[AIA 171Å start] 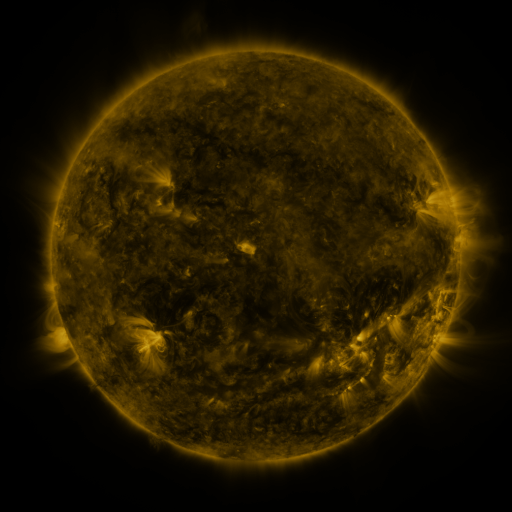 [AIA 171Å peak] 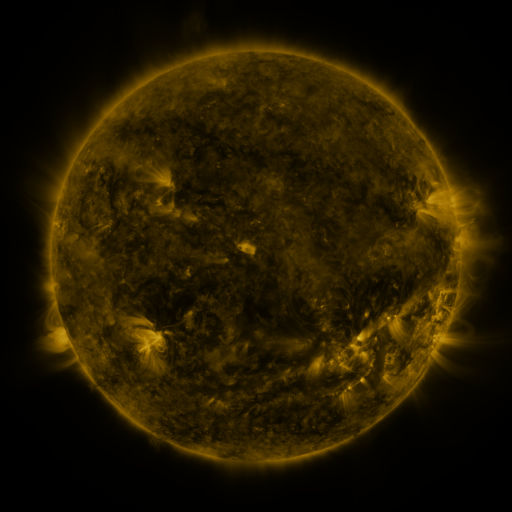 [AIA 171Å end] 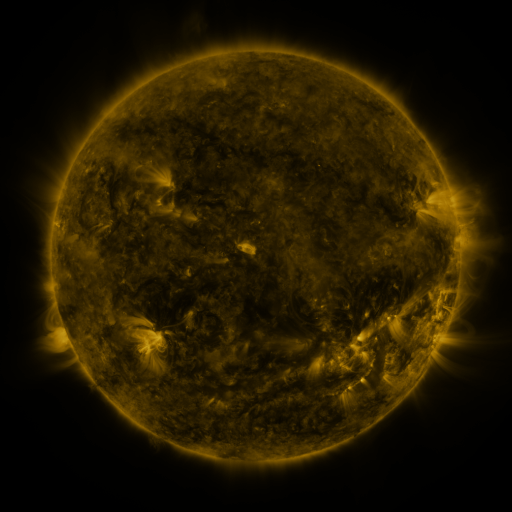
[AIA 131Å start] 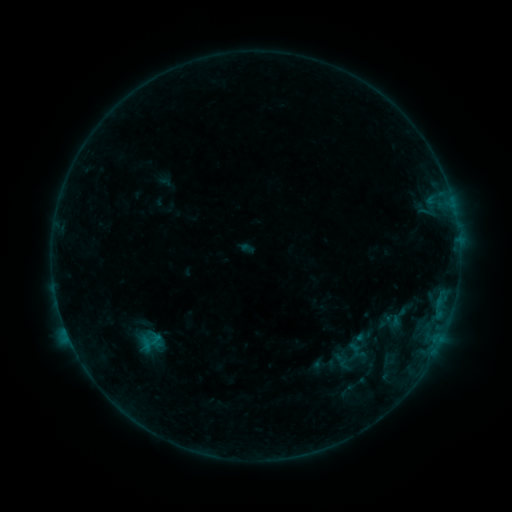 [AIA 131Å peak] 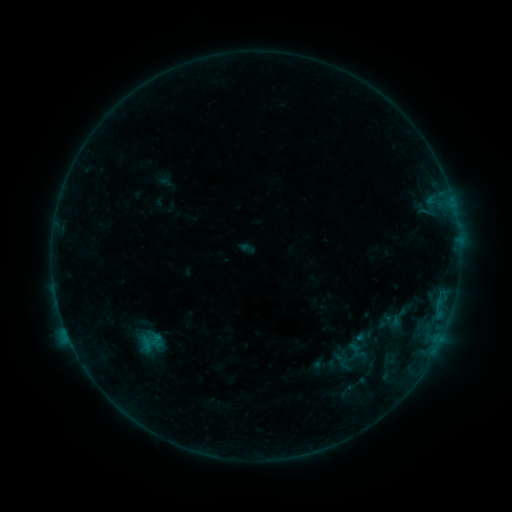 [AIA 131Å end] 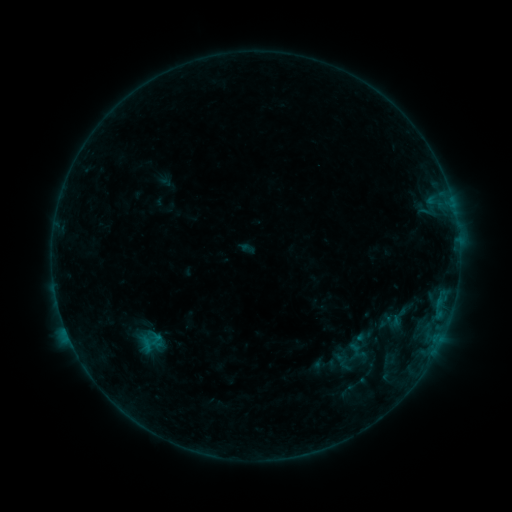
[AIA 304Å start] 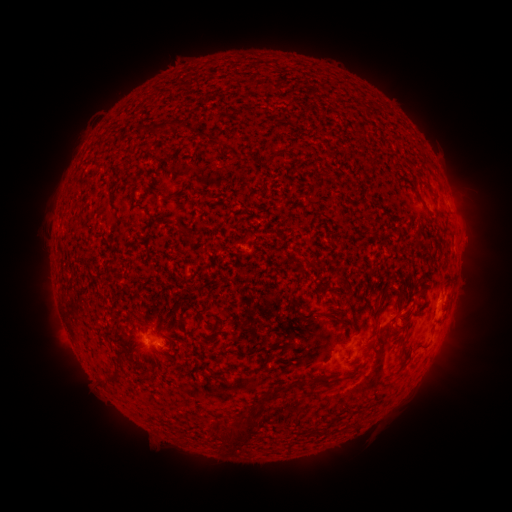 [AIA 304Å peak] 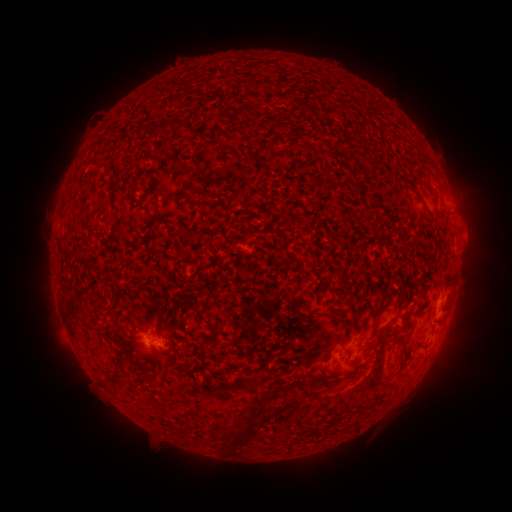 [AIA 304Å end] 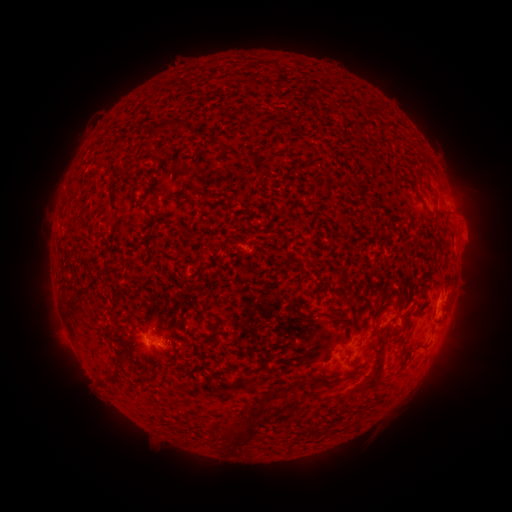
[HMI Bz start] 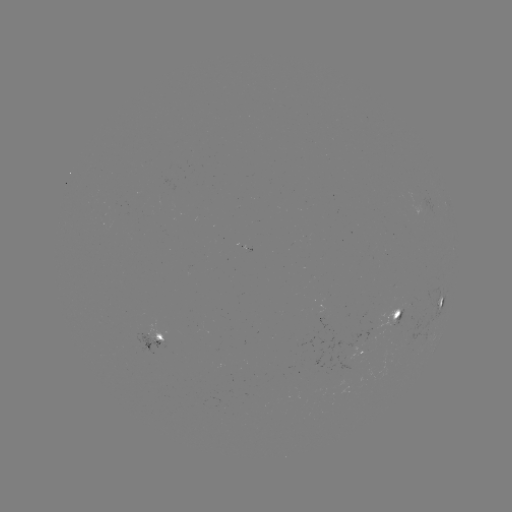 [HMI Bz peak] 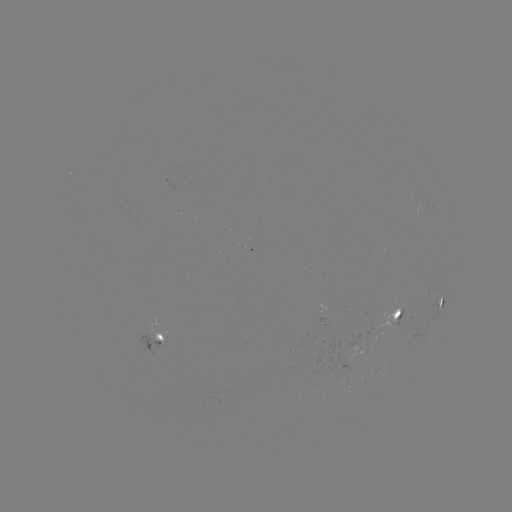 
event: eruption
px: (474, 233)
